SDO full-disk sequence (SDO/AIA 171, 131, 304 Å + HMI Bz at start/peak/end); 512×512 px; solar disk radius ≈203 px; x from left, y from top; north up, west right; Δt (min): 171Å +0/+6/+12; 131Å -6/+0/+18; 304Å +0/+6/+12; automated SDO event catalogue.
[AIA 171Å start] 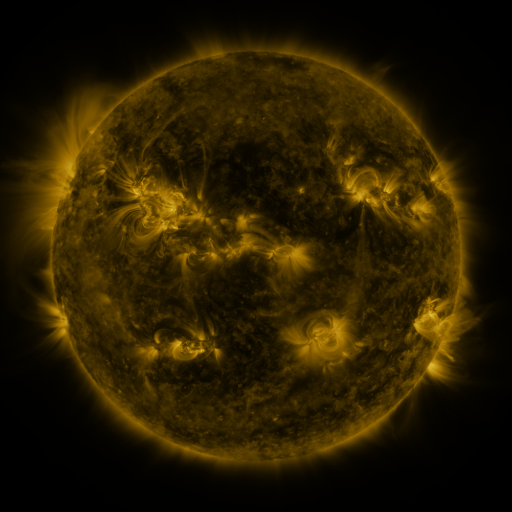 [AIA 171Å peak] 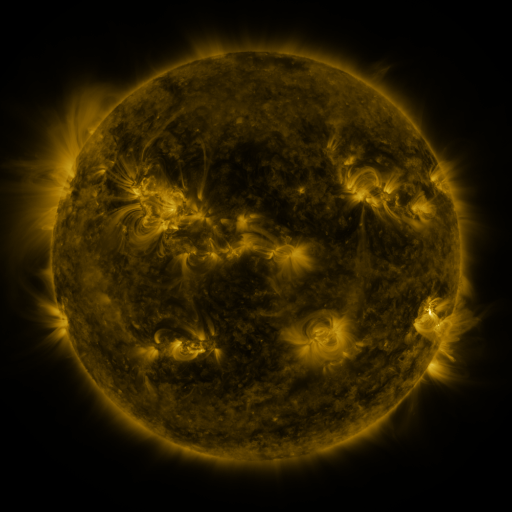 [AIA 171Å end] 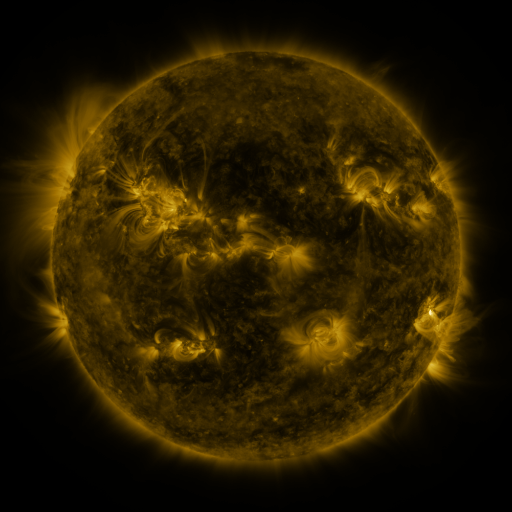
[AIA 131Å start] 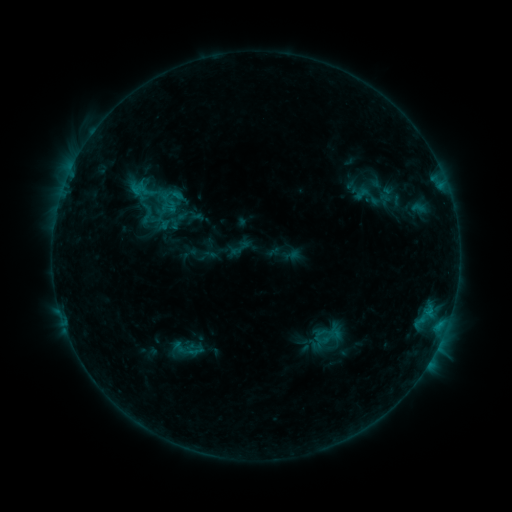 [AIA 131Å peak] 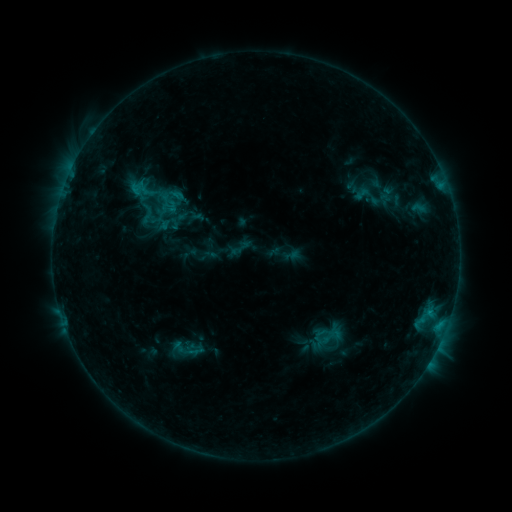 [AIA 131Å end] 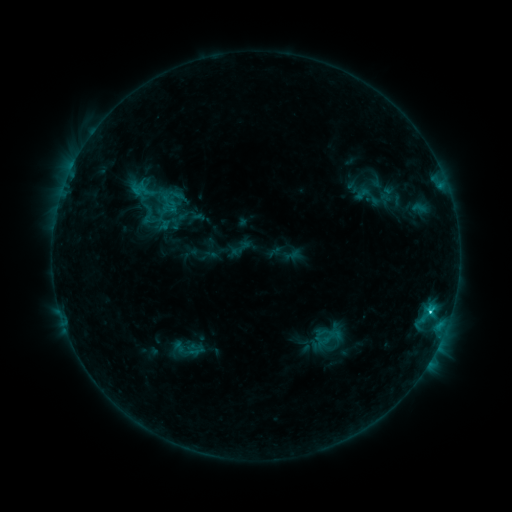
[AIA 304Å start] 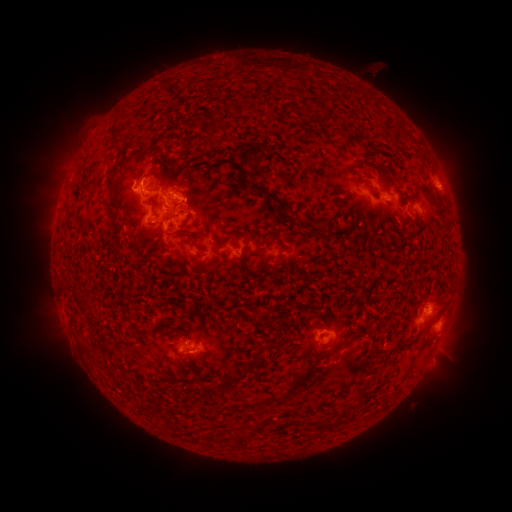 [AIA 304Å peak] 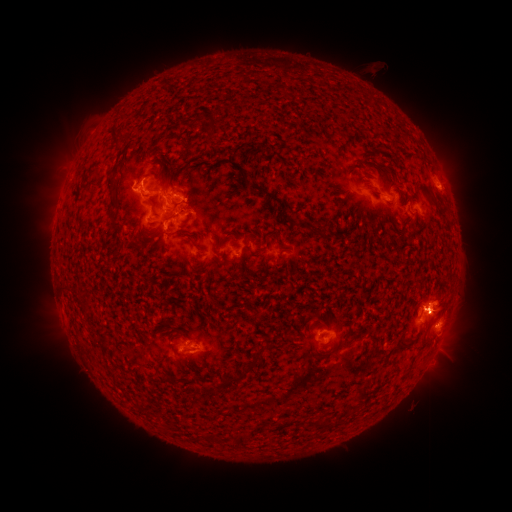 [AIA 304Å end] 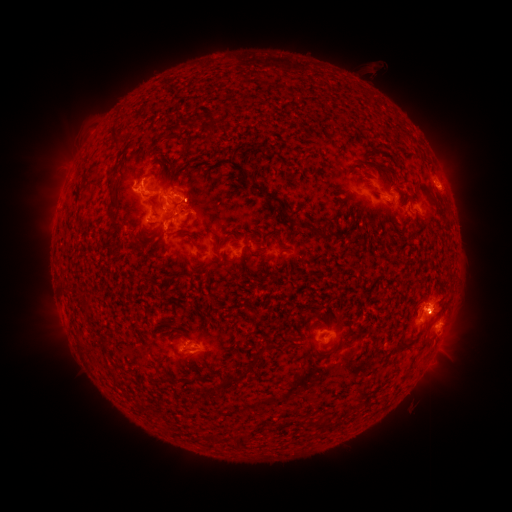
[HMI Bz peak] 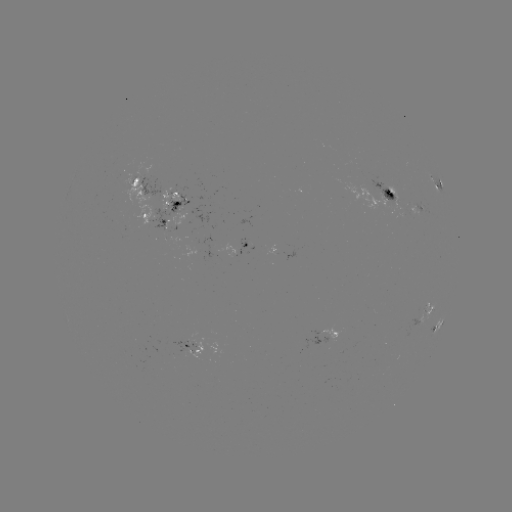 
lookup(eruption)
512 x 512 [441, 305]